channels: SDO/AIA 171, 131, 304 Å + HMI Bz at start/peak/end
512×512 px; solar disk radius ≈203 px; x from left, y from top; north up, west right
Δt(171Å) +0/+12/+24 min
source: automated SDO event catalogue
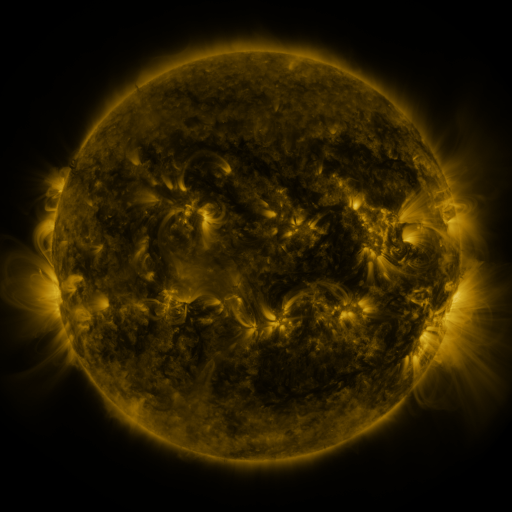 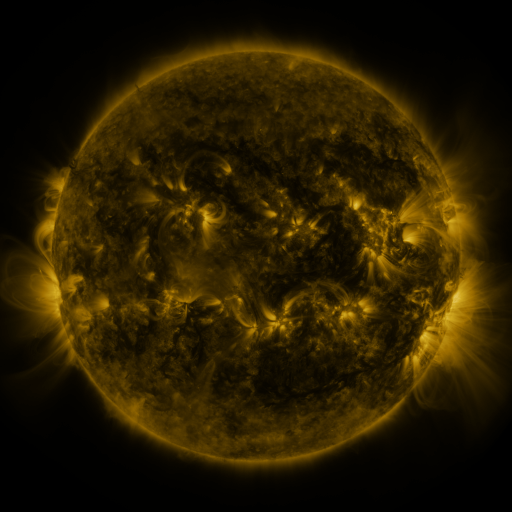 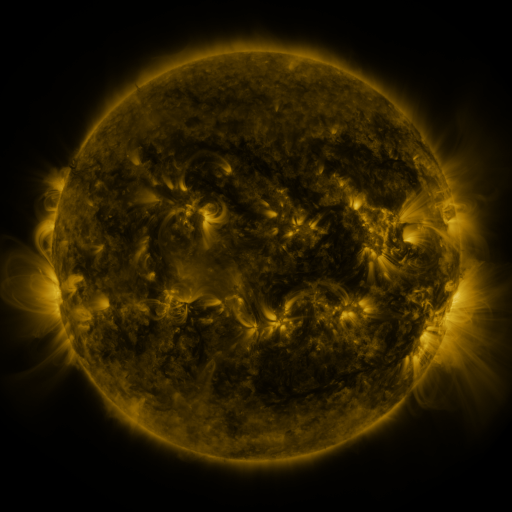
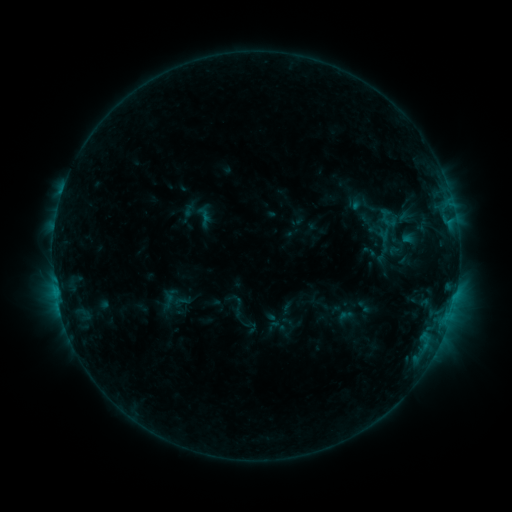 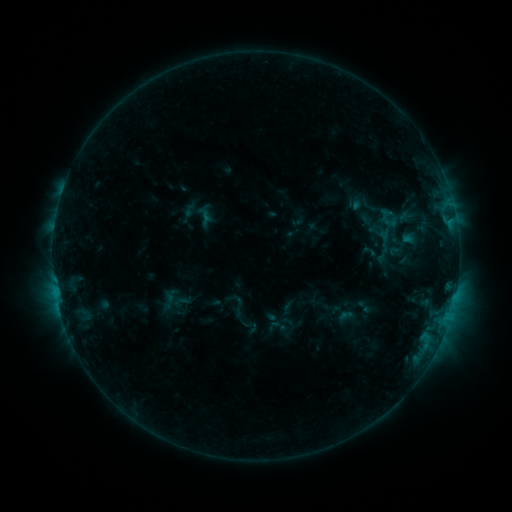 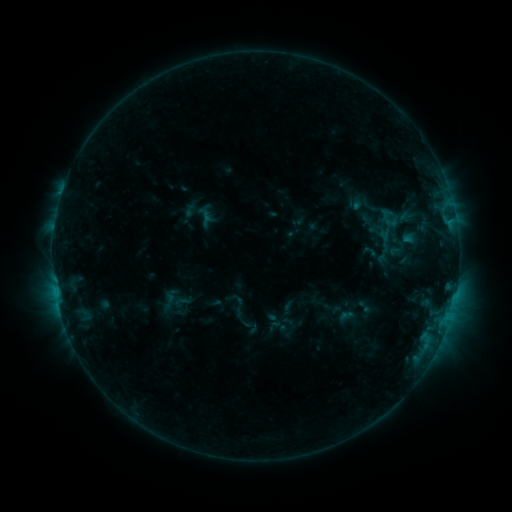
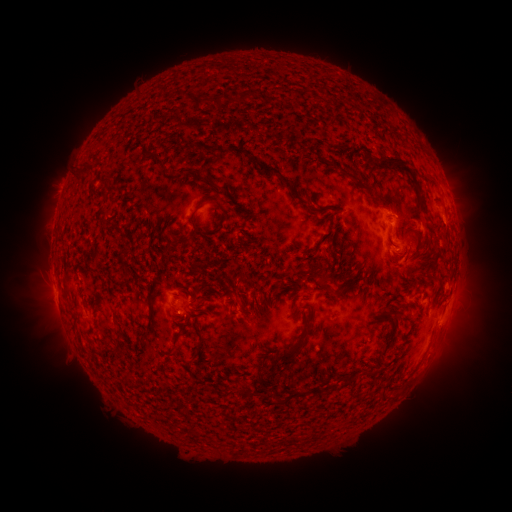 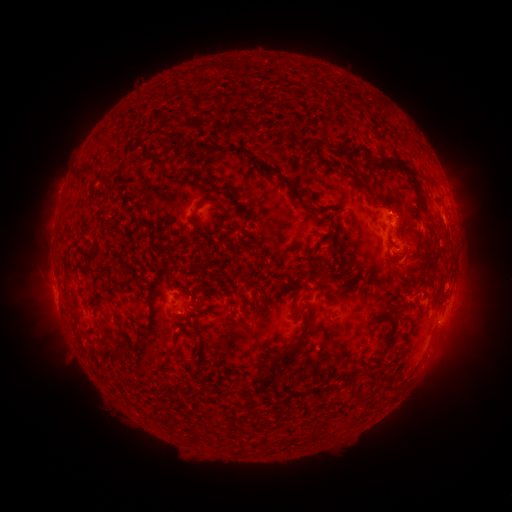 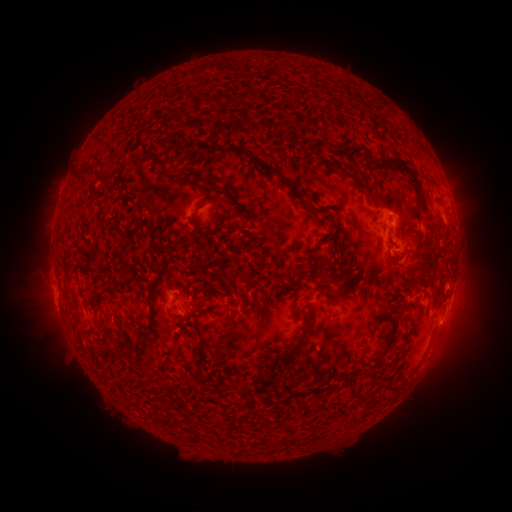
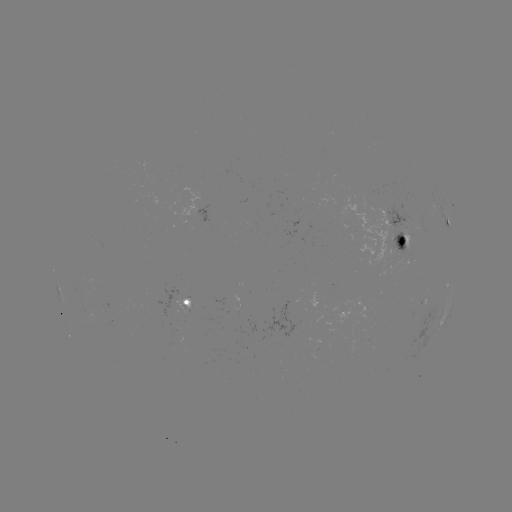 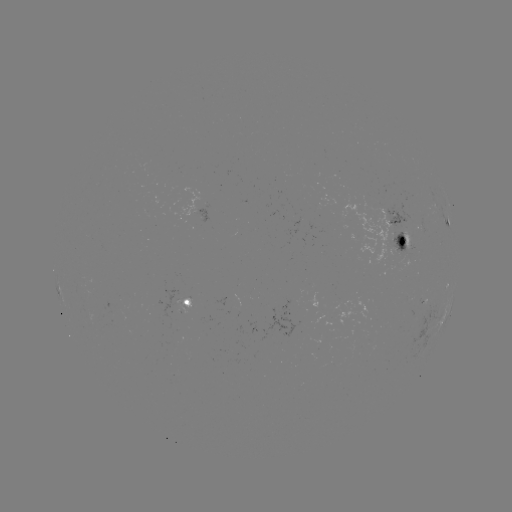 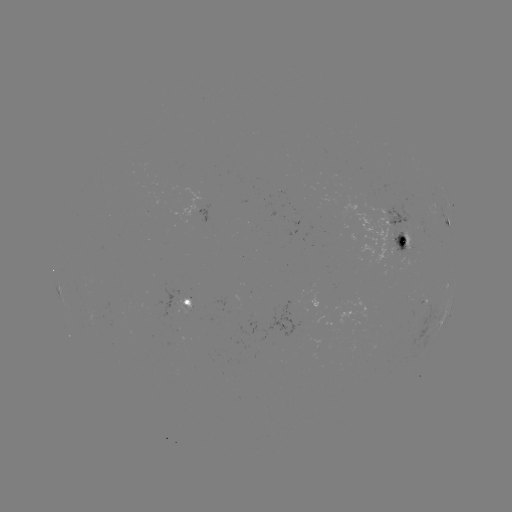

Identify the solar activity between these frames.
no classed flare was catalogued and no EUV brightening was flagged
